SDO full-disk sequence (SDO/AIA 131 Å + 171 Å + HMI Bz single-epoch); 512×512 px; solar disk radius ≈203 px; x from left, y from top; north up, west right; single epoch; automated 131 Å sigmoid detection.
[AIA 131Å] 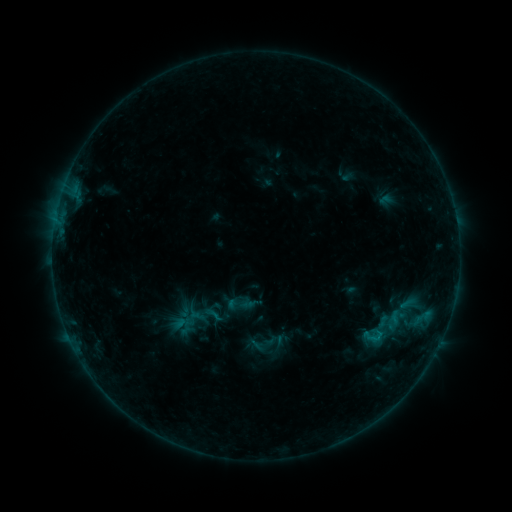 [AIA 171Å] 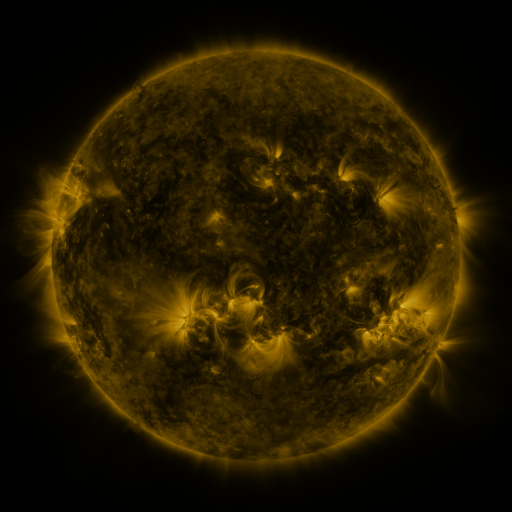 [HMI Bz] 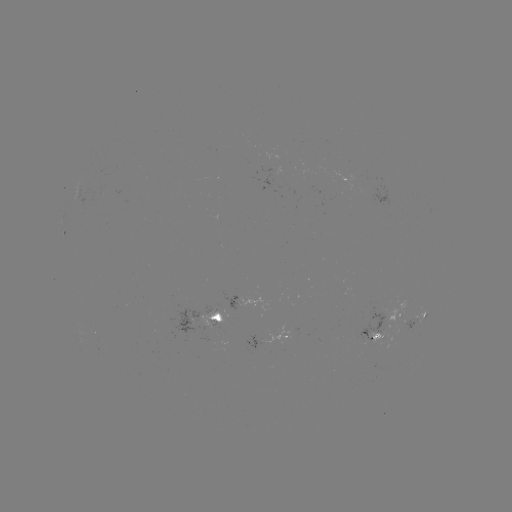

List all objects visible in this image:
sigmoid: (213, 314)
sigmoid: (373, 336)
